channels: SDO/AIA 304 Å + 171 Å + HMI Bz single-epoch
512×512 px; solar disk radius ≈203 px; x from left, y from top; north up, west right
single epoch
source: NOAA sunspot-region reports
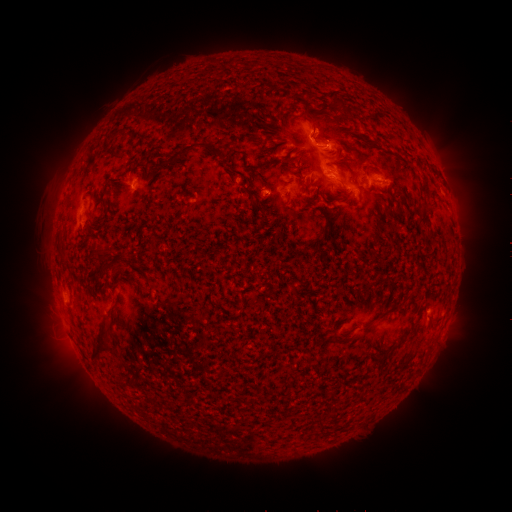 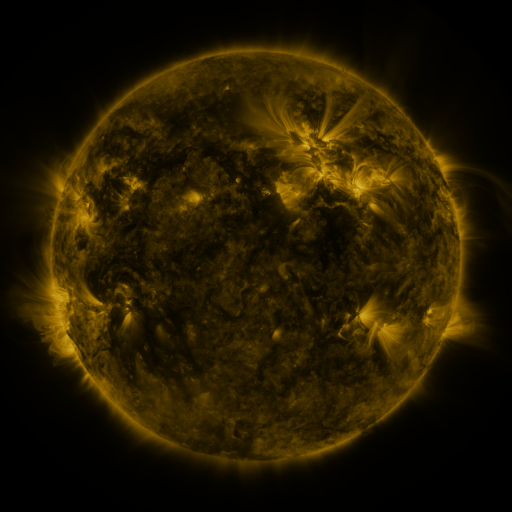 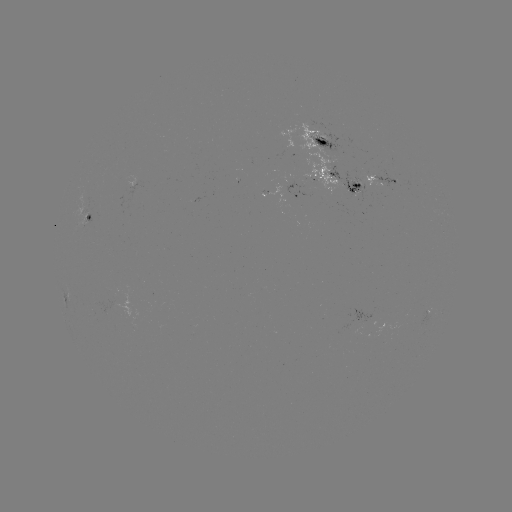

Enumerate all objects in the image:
spotted active region: (325, 142)
spotted active region: (132, 176)
spotted active region: (342, 183)
spotted active region: (383, 183)
spotted active region: (300, 195)
spotted active region: (86, 217)
